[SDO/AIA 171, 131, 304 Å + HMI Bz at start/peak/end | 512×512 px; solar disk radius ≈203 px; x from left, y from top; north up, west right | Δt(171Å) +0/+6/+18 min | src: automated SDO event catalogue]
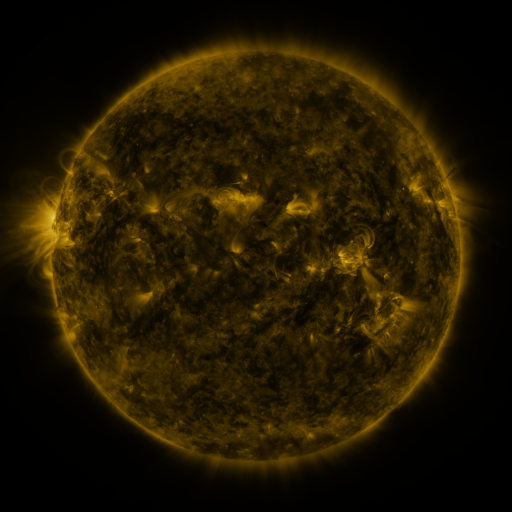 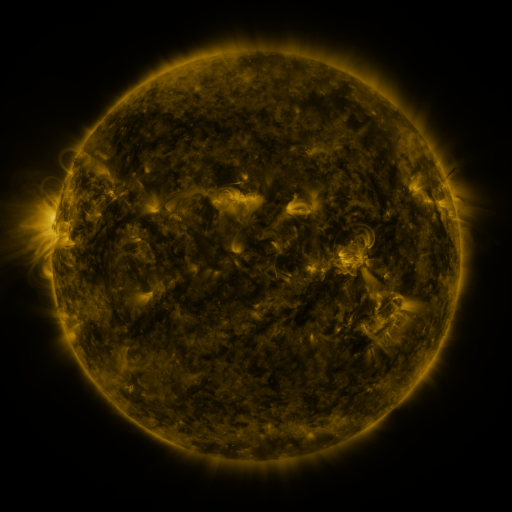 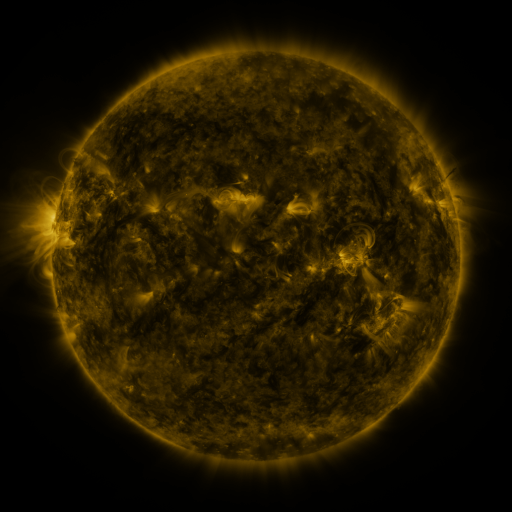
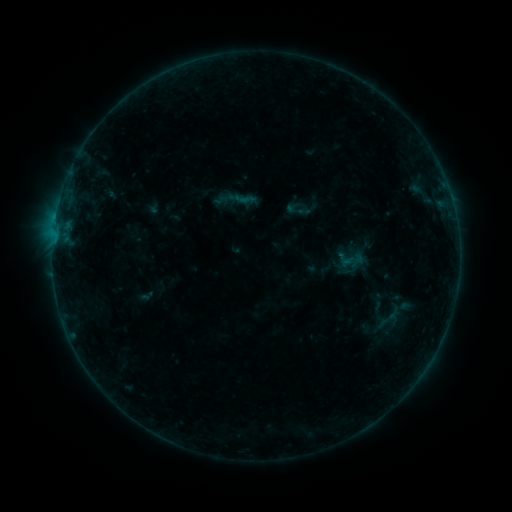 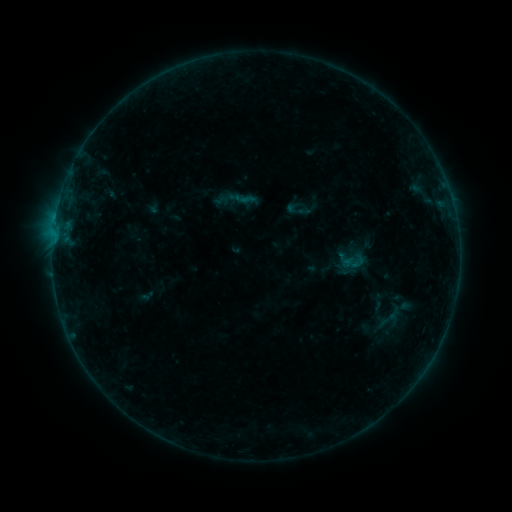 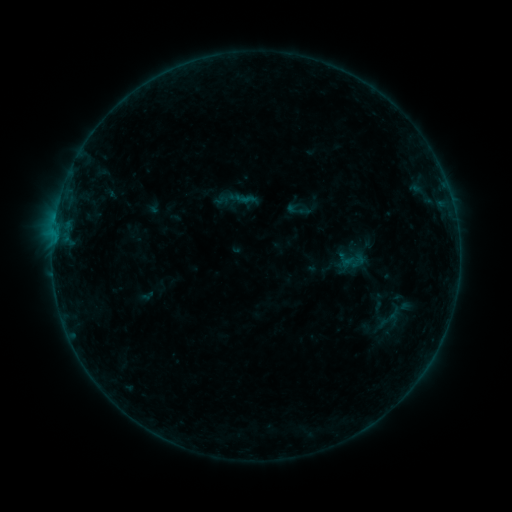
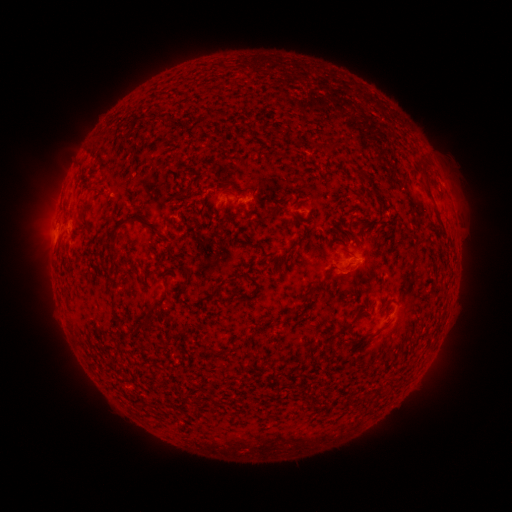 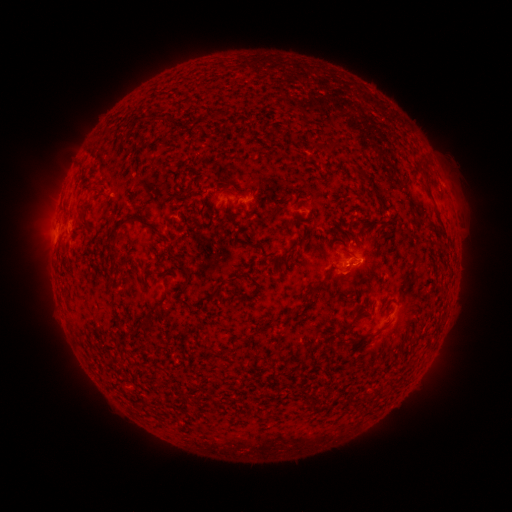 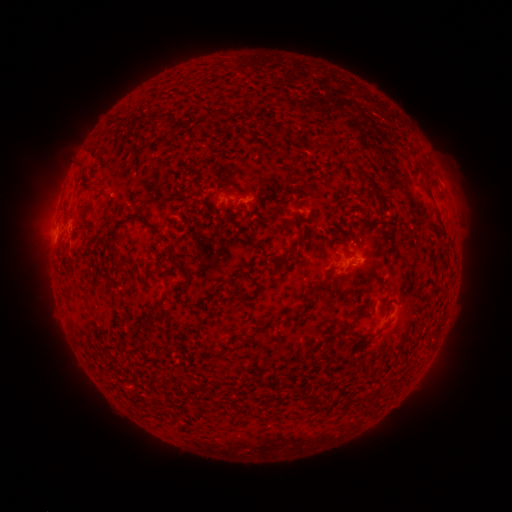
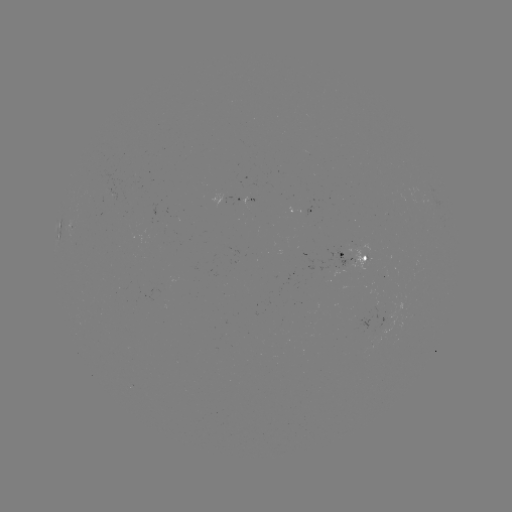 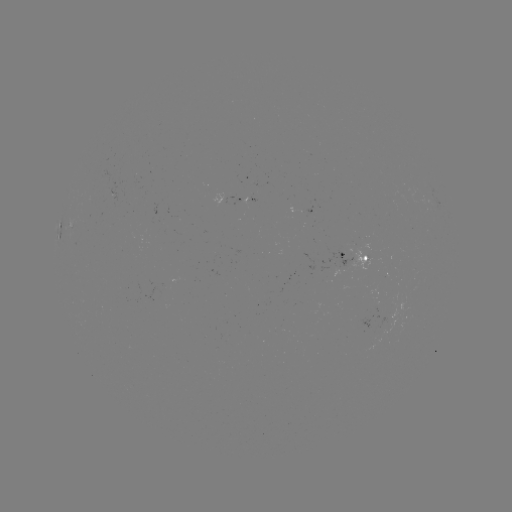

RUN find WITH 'B2.4 flare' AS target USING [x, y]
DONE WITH [353, 261] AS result